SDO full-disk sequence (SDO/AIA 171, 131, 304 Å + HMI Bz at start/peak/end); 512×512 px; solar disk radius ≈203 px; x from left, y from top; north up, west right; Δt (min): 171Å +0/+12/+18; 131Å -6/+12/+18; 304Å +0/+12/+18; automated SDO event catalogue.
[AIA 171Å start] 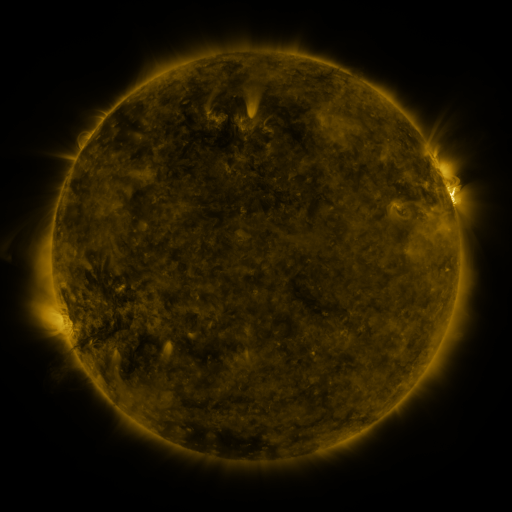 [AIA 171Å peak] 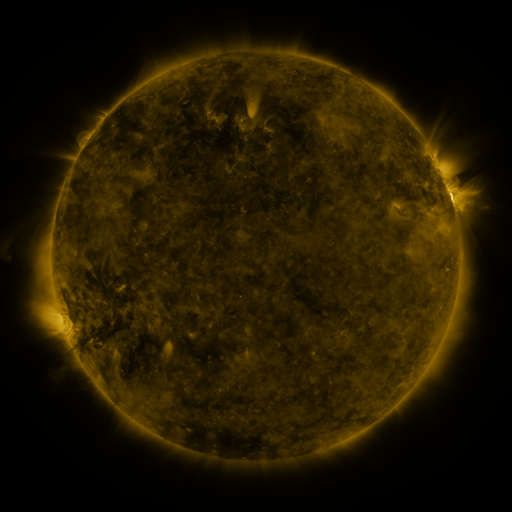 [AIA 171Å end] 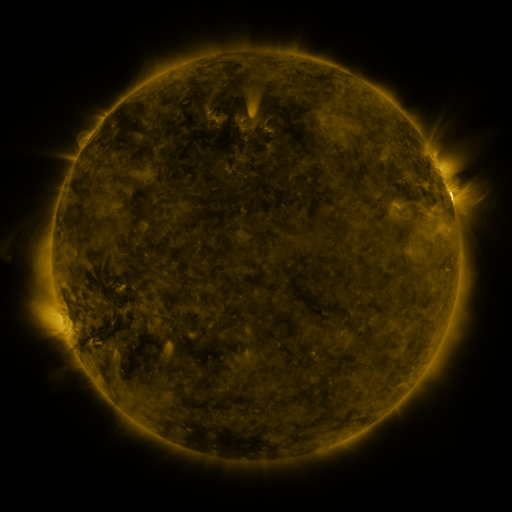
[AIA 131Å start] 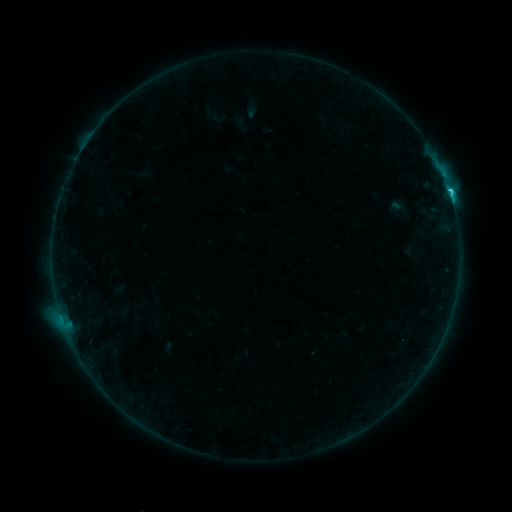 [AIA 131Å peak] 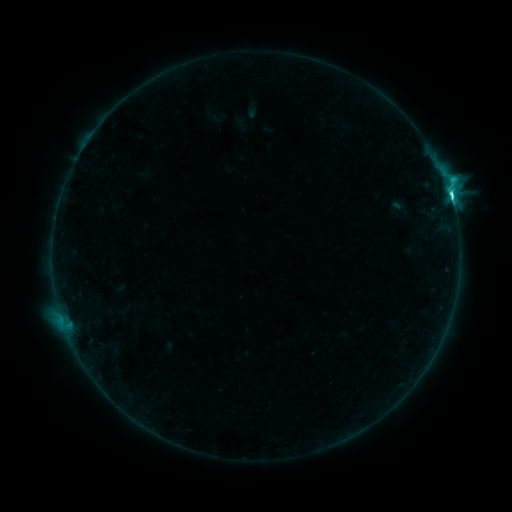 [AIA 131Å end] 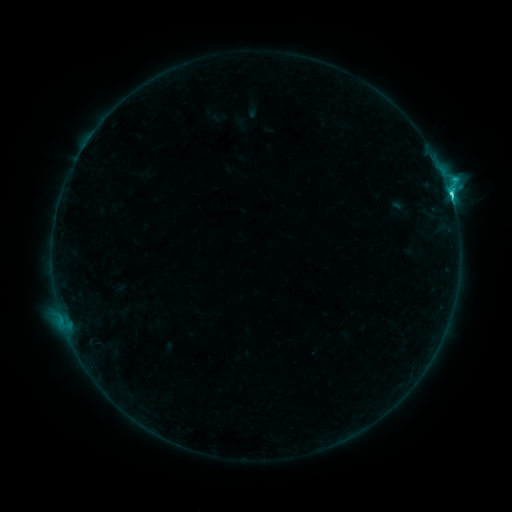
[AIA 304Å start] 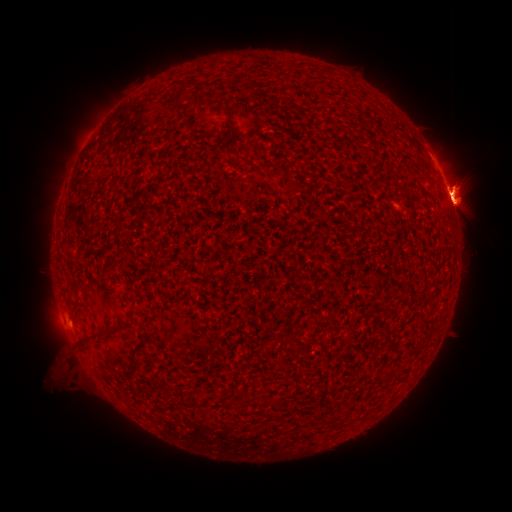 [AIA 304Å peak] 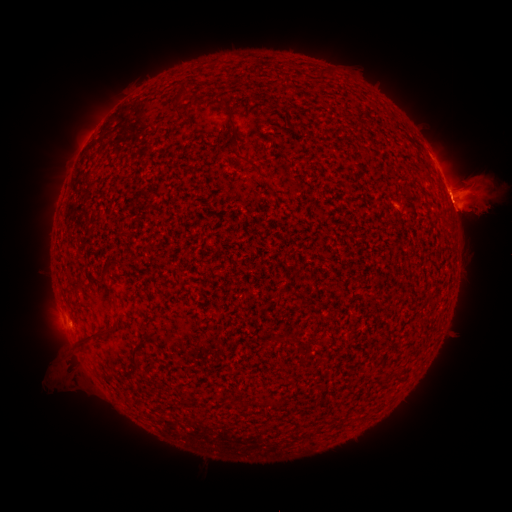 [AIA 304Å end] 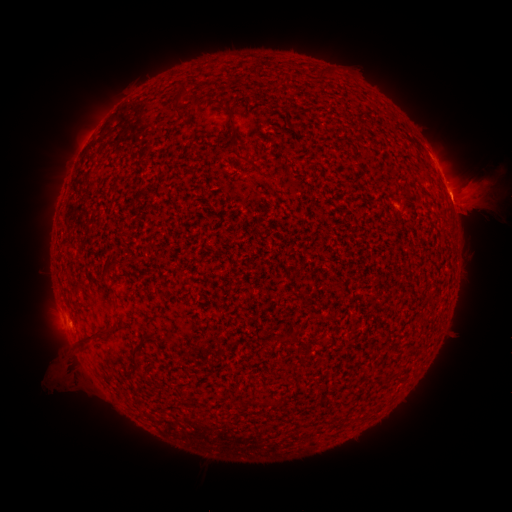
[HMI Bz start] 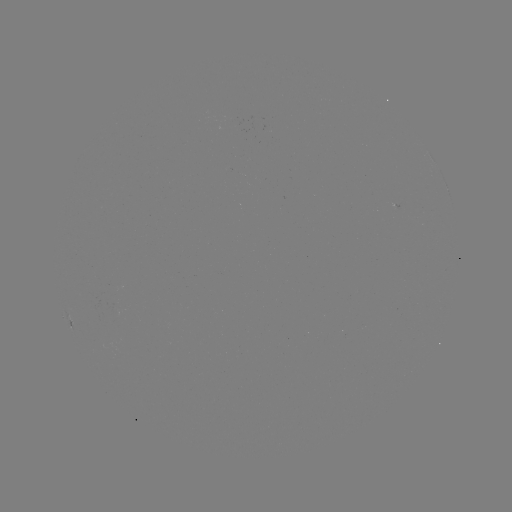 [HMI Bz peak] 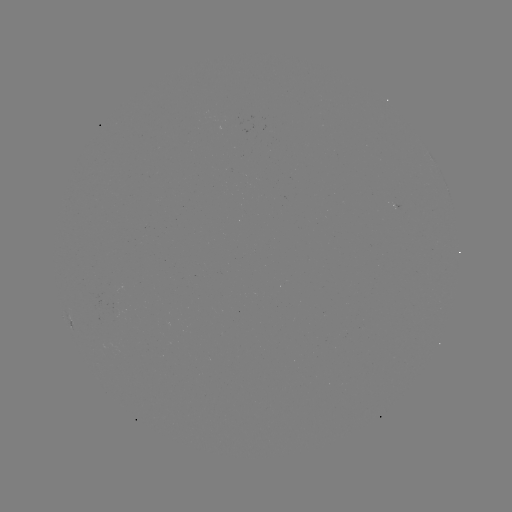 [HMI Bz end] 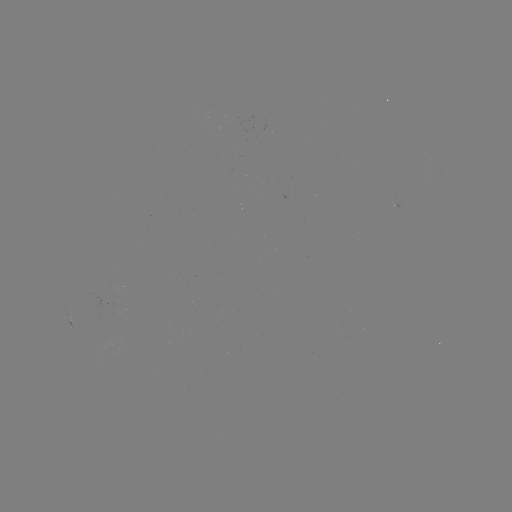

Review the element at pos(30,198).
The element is eruption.